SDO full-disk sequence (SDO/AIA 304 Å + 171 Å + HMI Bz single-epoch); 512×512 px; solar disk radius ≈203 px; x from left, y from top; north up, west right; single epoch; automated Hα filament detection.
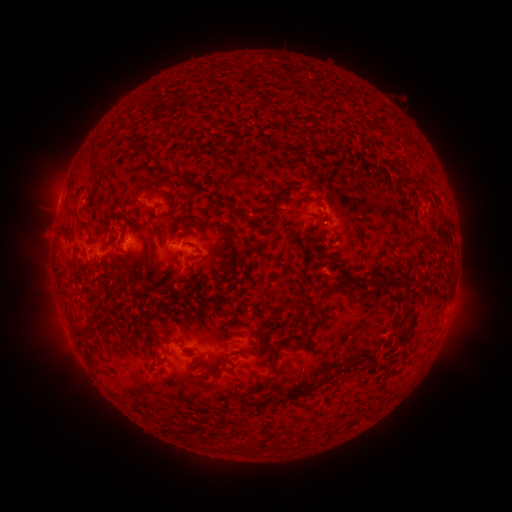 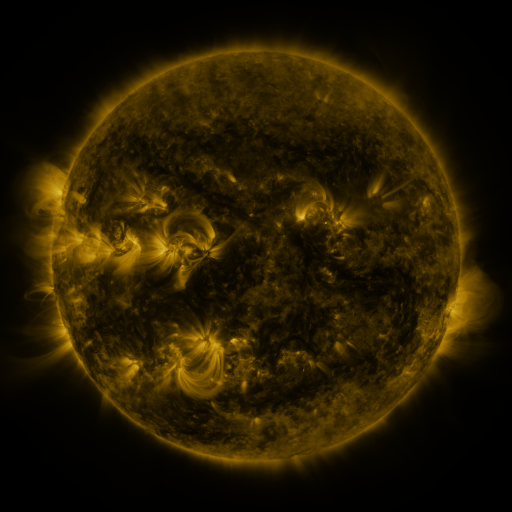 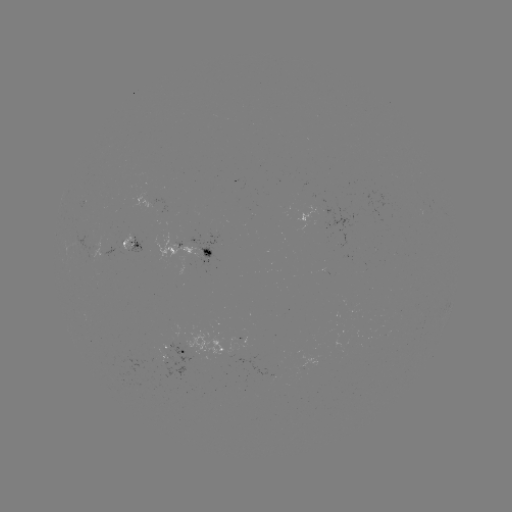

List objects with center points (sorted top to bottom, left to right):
filament: (141, 150)
filament: (152, 157)
filament: (168, 169)
filament: (96, 177)
filament: (156, 185)
filament: (83, 188)
filament: (308, 202)
filament: (169, 213)
filament: (83, 223)
filament: (68, 232)
filament: (207, 252)
filament: (193, 258)
filament: (346, 282)
filament: (386, 282)
filament: (98, 311)
filament: (78, 328)
filament: (277, 350)
filament: (161, 361)
filament: (270, 379)
filament: (312, 388)
